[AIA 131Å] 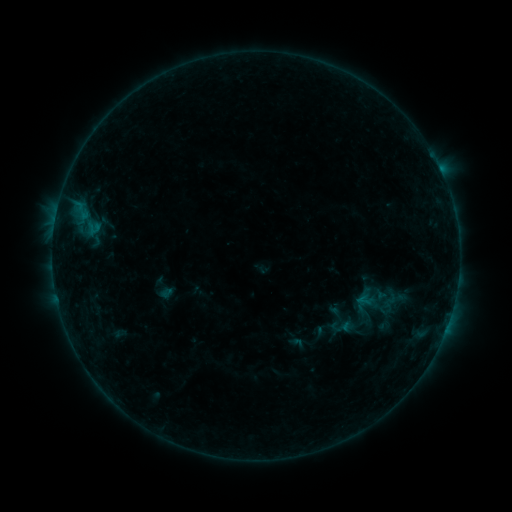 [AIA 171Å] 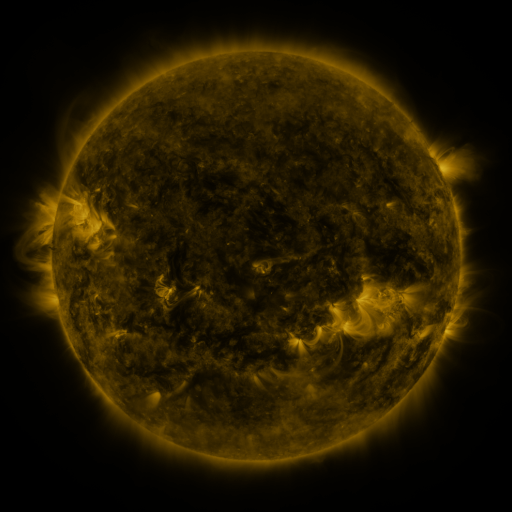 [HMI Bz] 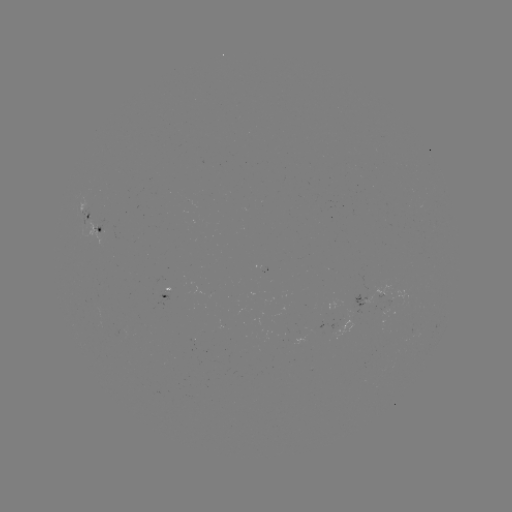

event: sigmoid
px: (341, 327)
